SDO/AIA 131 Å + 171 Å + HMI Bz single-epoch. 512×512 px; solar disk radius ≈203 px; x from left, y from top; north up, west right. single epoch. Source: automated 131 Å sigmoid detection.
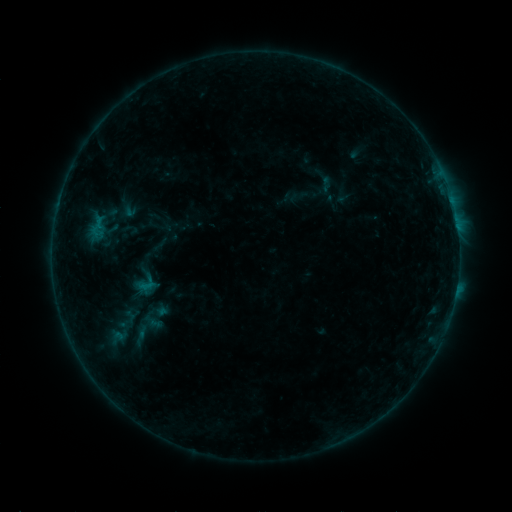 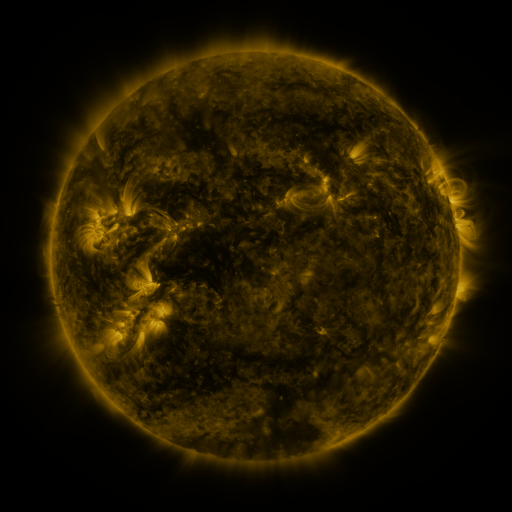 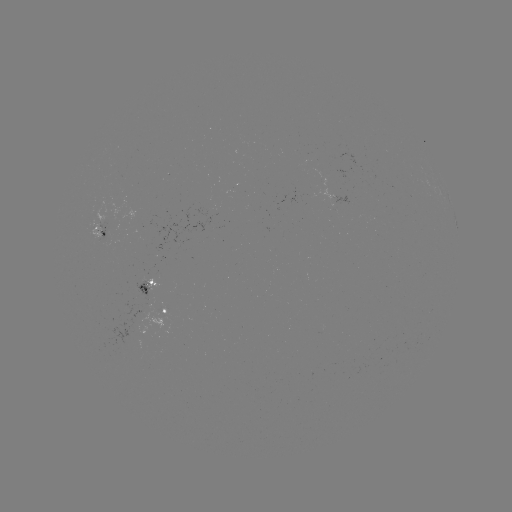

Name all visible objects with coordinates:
sigmoid: (315, 174, 337, 193)
